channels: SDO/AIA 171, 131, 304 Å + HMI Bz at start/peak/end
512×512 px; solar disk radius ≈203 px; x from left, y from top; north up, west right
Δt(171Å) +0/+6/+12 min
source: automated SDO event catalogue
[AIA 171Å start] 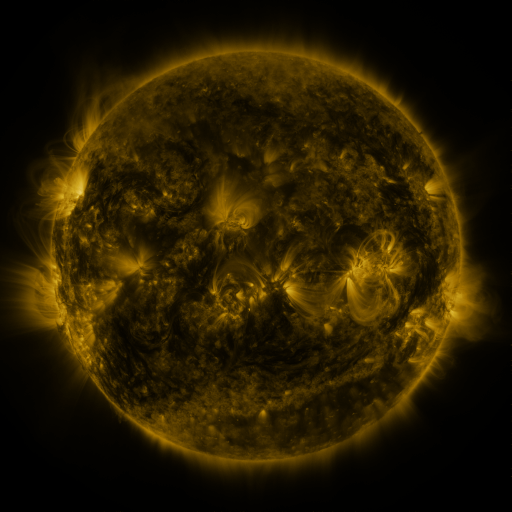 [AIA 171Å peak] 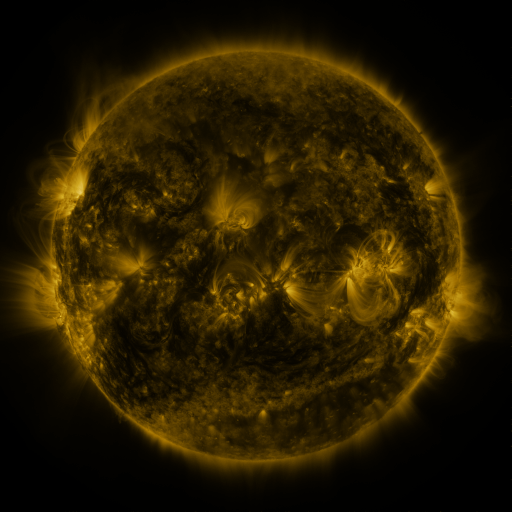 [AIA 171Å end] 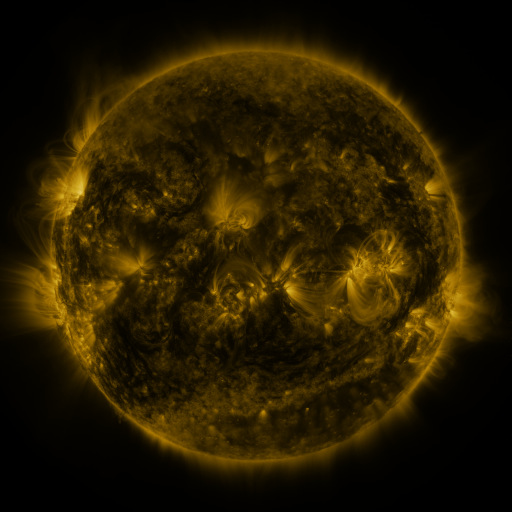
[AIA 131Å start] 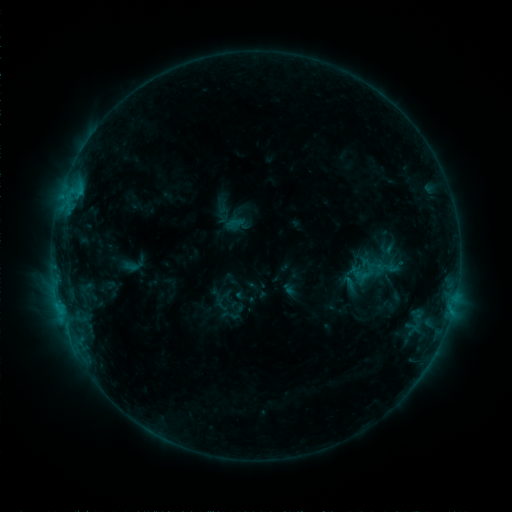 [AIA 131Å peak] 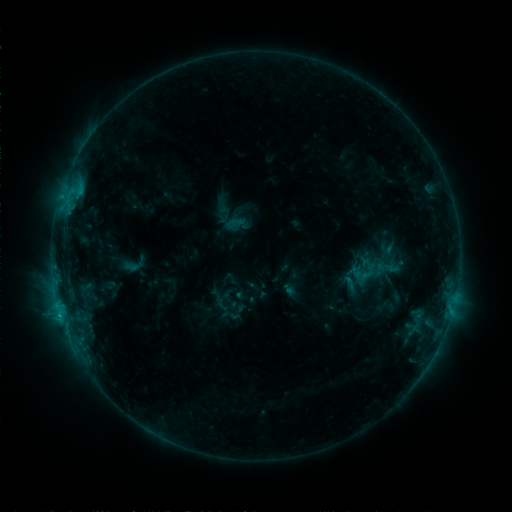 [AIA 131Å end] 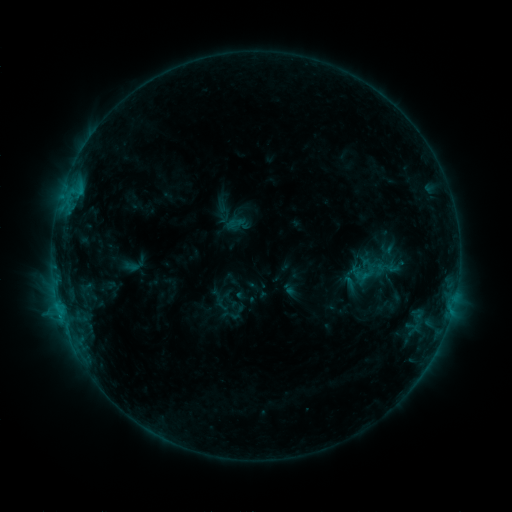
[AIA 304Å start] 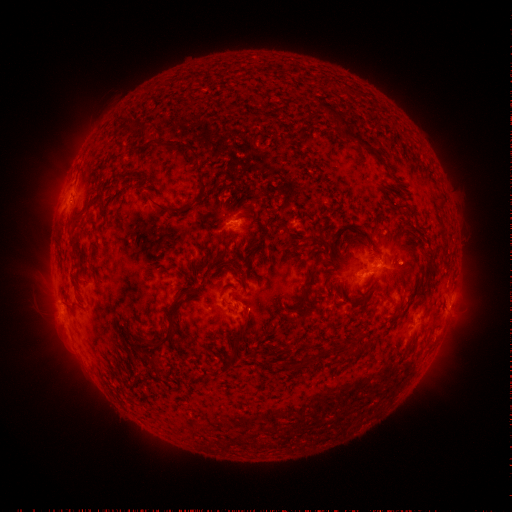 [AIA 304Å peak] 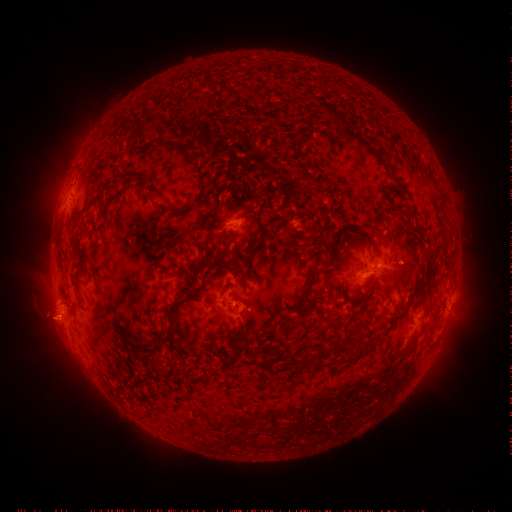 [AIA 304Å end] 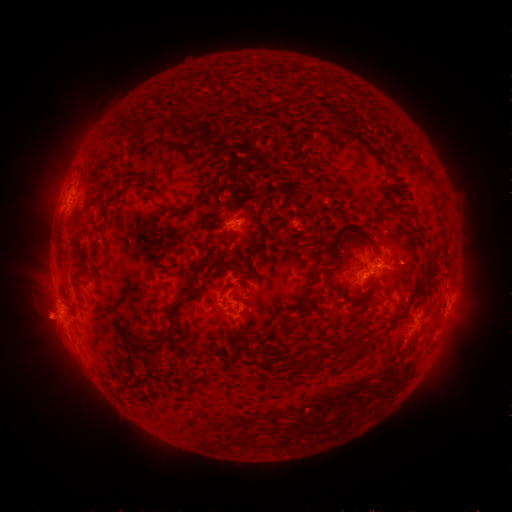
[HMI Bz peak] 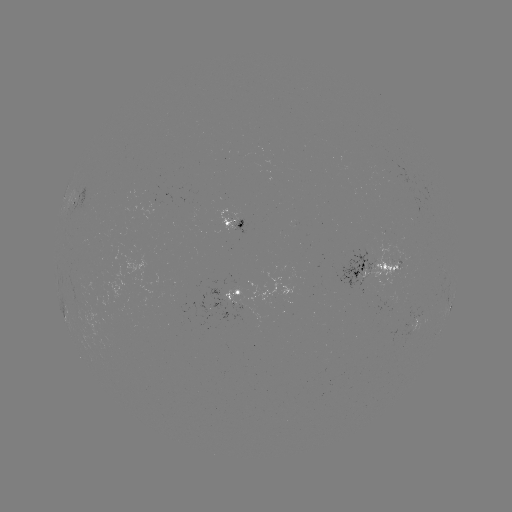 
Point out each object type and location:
C1.3 flare: (61, 315)
